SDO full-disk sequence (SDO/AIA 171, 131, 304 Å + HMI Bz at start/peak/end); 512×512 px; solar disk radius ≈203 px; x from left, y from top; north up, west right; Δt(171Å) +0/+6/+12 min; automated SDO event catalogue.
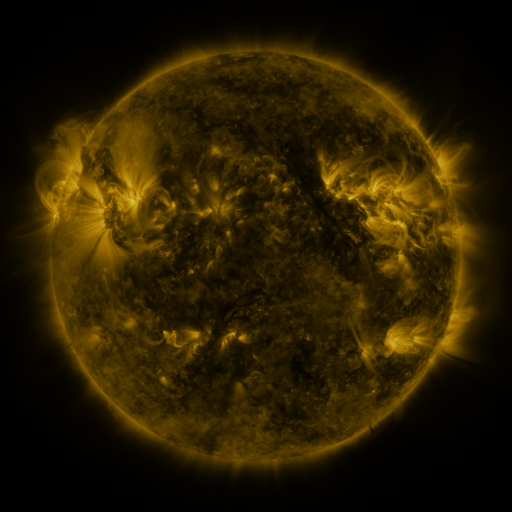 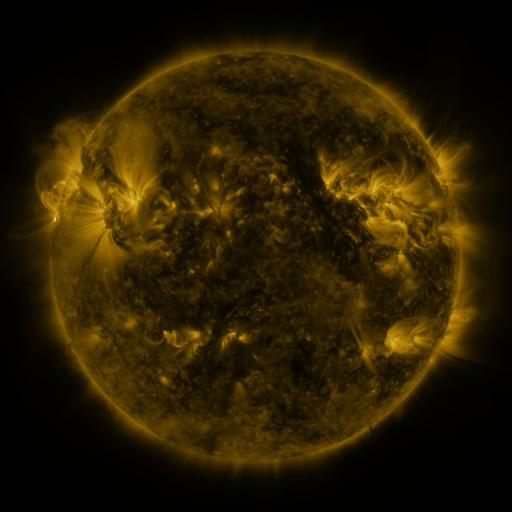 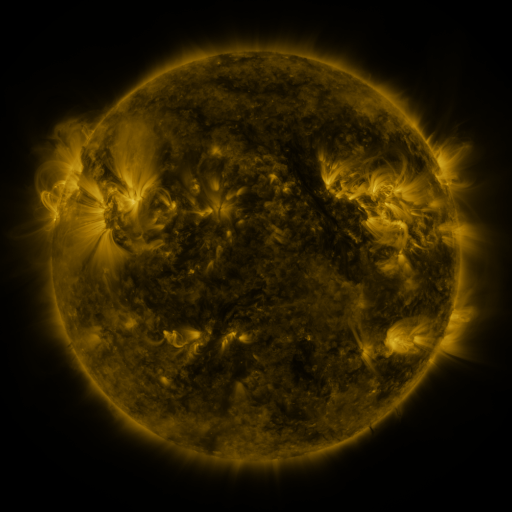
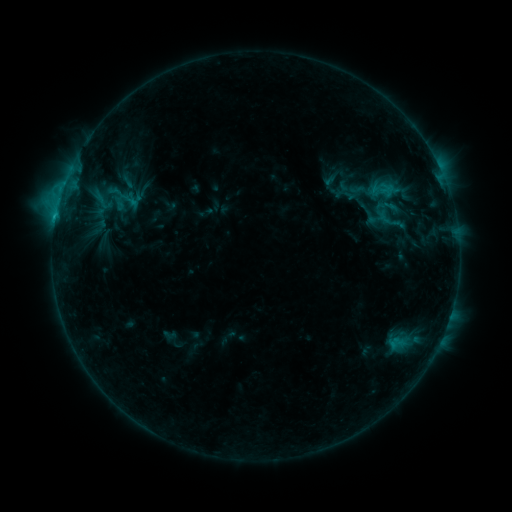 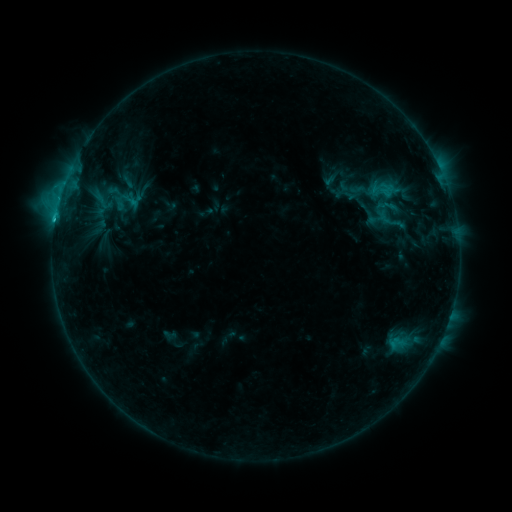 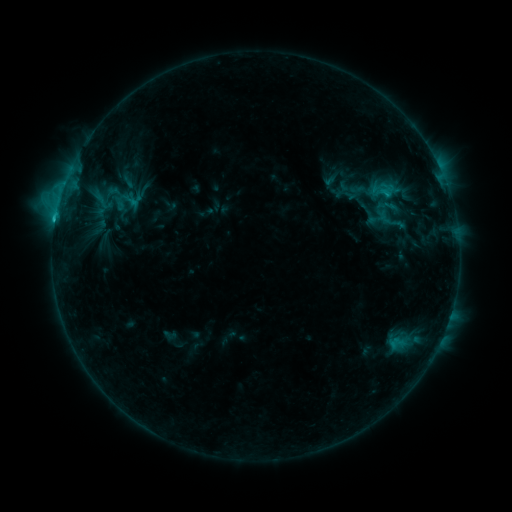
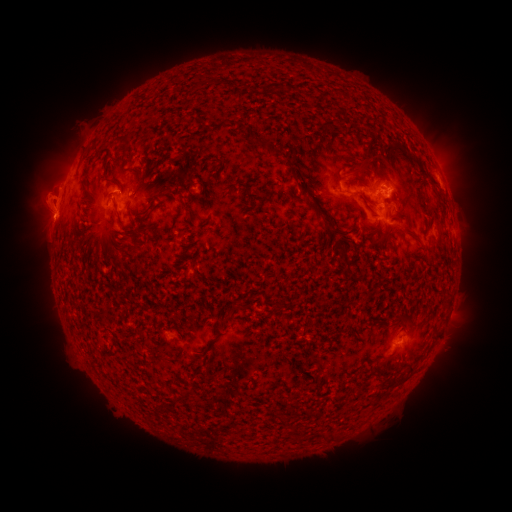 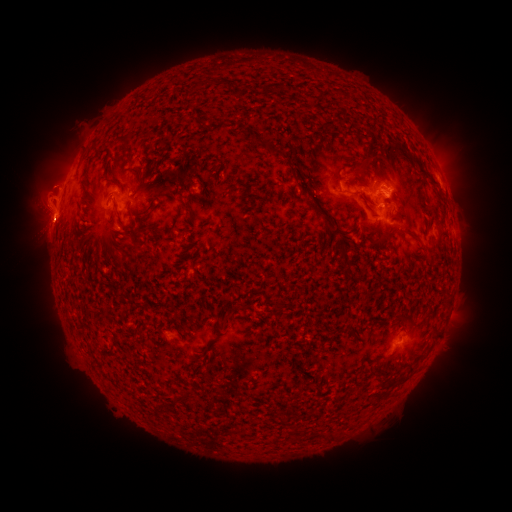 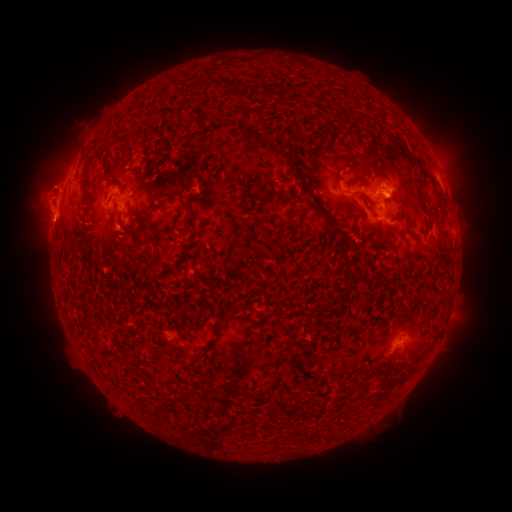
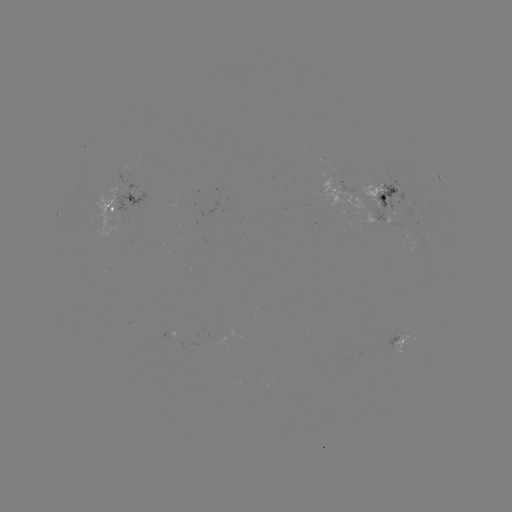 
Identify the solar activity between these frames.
C2.8 flare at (56, 221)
